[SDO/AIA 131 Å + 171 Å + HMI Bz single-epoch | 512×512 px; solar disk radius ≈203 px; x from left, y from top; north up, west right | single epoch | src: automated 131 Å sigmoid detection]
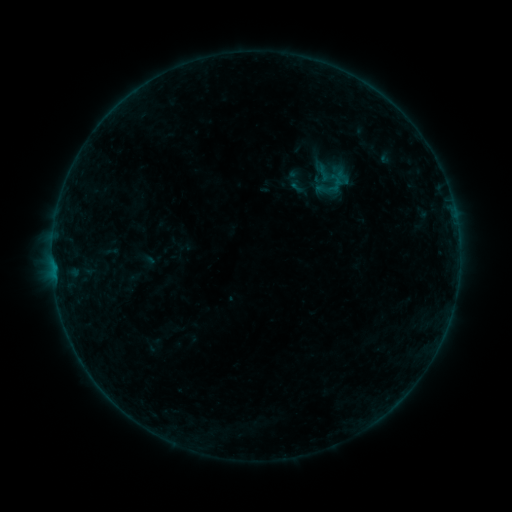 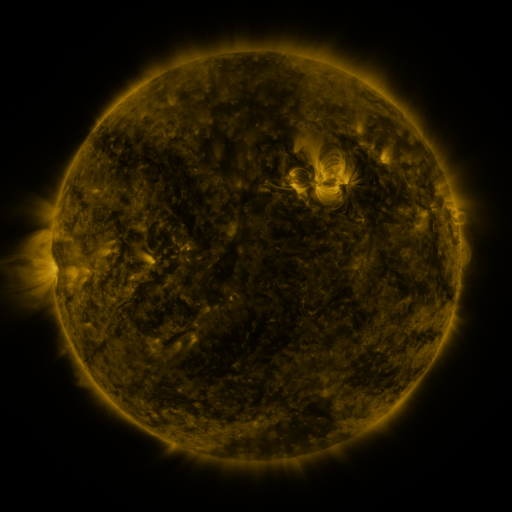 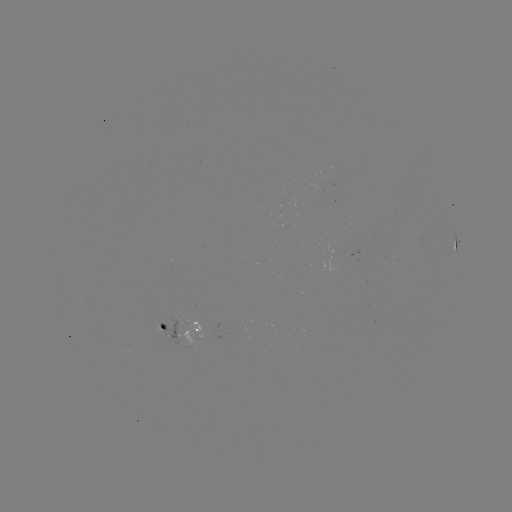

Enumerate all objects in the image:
sigmoid: (297, 186)
